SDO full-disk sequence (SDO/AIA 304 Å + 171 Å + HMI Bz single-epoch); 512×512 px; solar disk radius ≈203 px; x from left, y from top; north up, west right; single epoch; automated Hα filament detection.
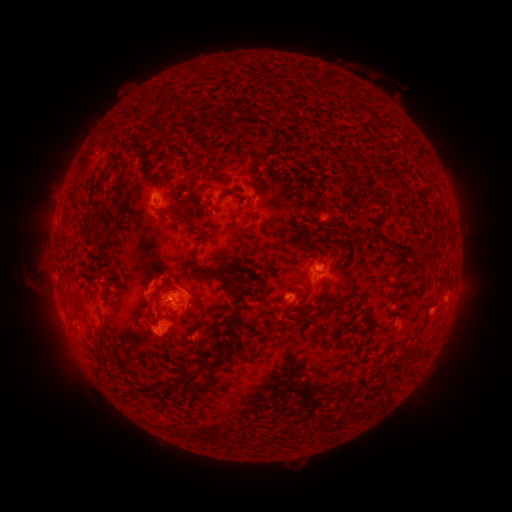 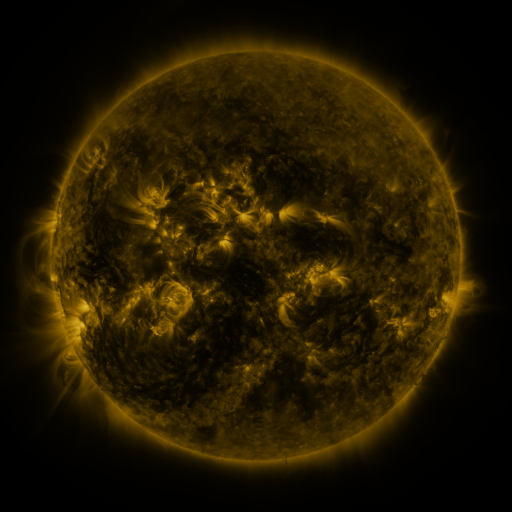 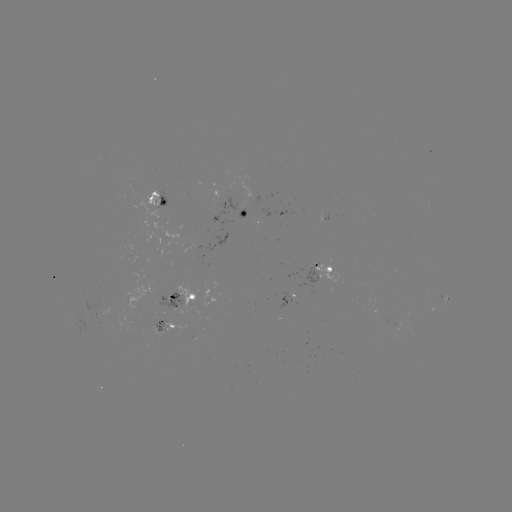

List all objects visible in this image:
filament: (167, 106)
filament: (110, 163)
filament: (141, 163)
filament: (257, 174)
filament: (97, 185)
filament: (152, 188)
filament: (236, 196)
filament: (71, 202)
filament: (184, 221)
filament: (89, 230)
filament: (101, 253)
filament: (197, 267)
filament: (162, 289)
filament: (241, 298)
filament: (105, 301)
filament: (327, 312)
filament: (193, 329)
filament: (231, 333)
filament: (418, 350)
filament: (216, 358)
filament: (189, 378)
